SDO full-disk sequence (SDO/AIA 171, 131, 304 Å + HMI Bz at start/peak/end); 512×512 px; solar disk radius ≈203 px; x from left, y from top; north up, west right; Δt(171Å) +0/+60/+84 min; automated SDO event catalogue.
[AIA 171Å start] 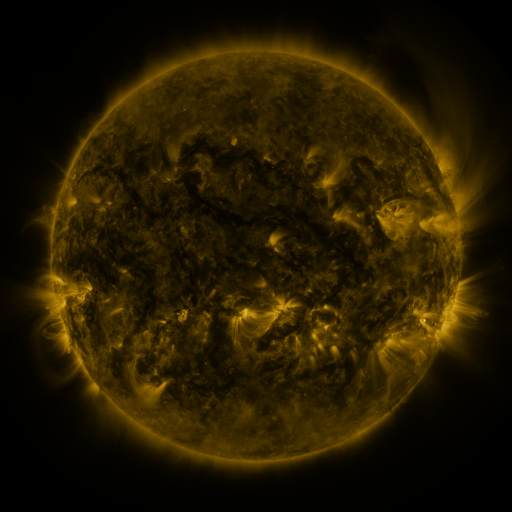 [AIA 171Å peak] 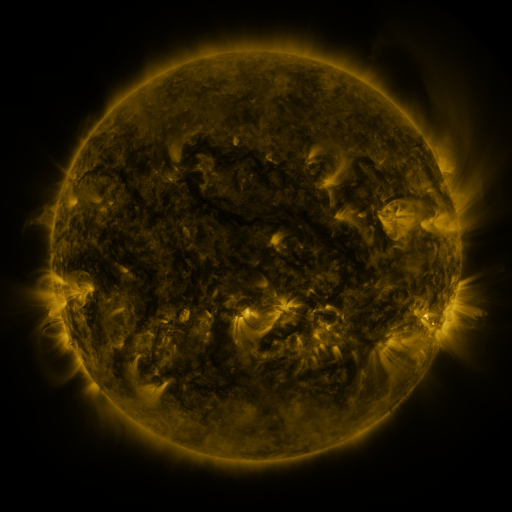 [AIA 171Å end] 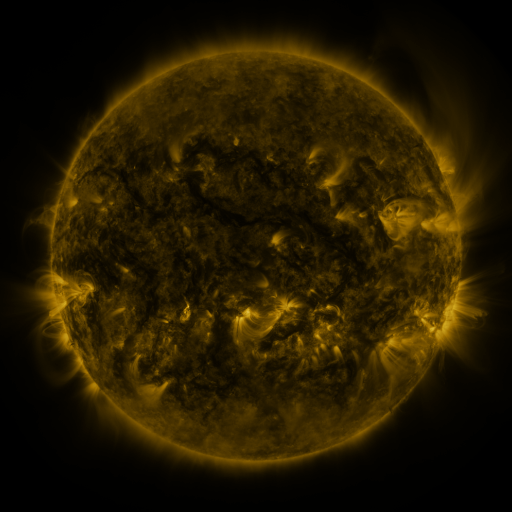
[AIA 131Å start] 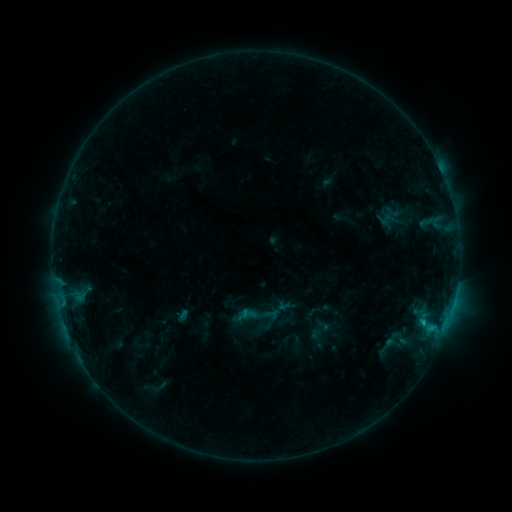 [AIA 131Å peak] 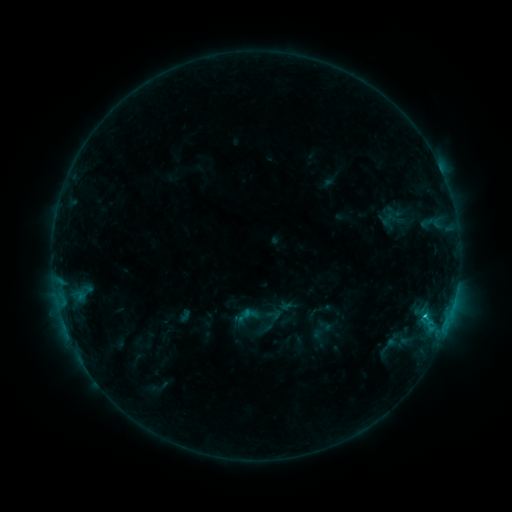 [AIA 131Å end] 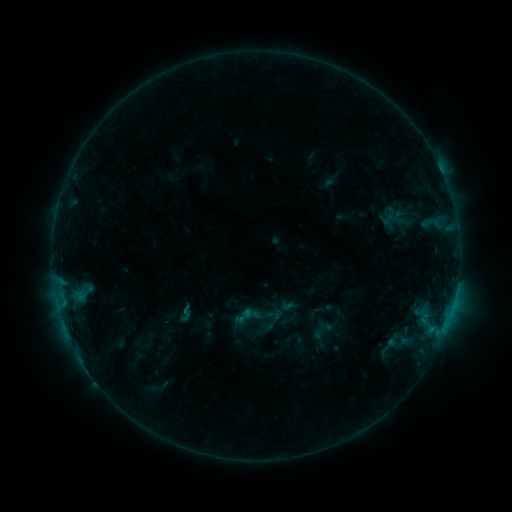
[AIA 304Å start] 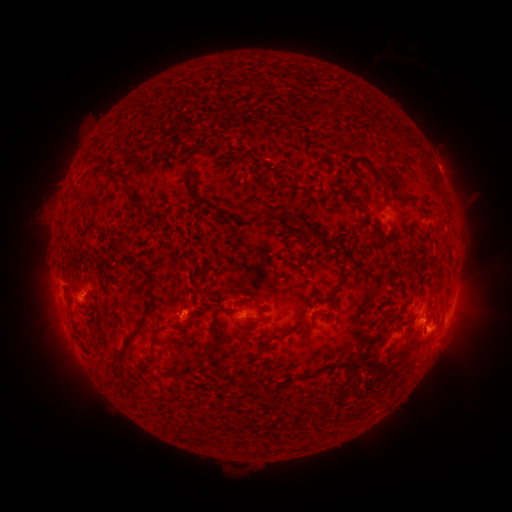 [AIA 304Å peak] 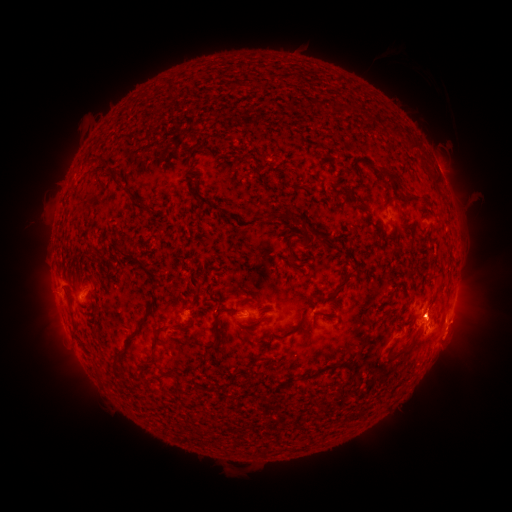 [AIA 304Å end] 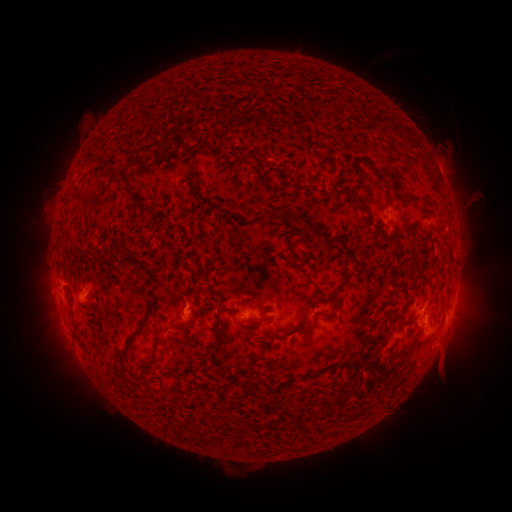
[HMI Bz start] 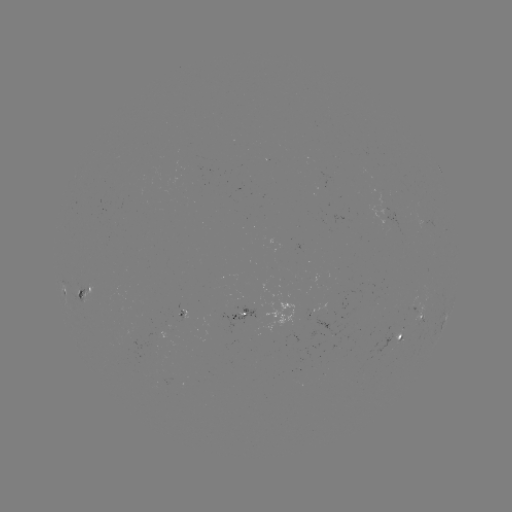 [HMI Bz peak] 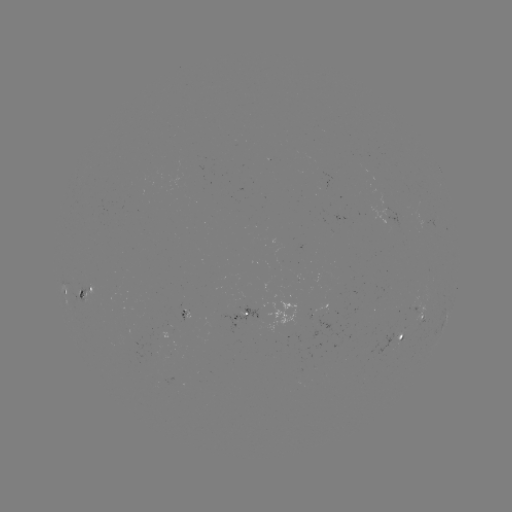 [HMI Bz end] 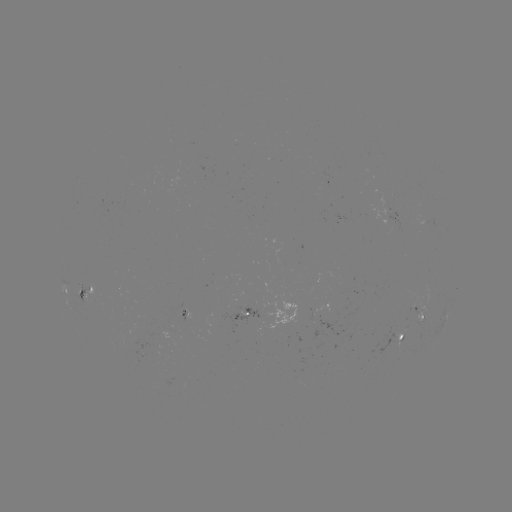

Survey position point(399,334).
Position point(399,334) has emerging-flux region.